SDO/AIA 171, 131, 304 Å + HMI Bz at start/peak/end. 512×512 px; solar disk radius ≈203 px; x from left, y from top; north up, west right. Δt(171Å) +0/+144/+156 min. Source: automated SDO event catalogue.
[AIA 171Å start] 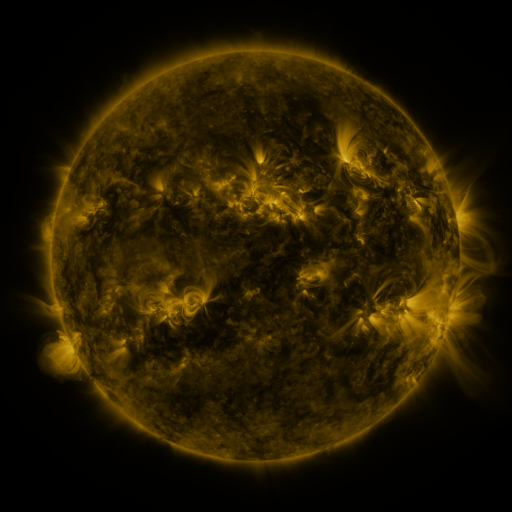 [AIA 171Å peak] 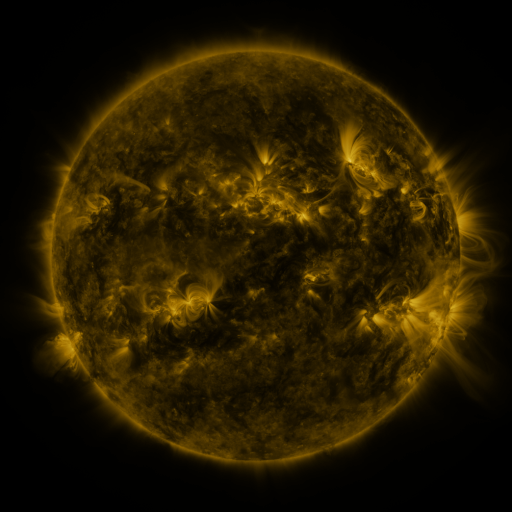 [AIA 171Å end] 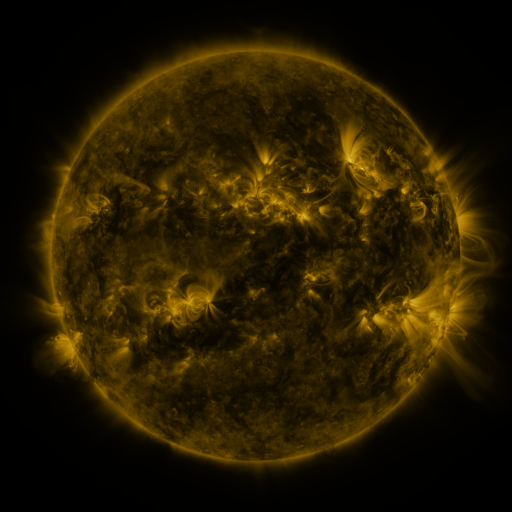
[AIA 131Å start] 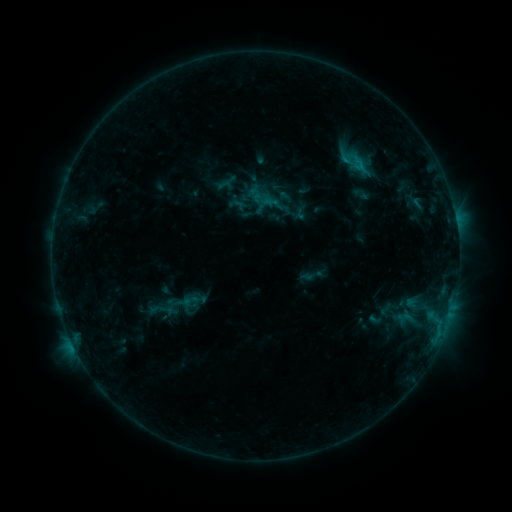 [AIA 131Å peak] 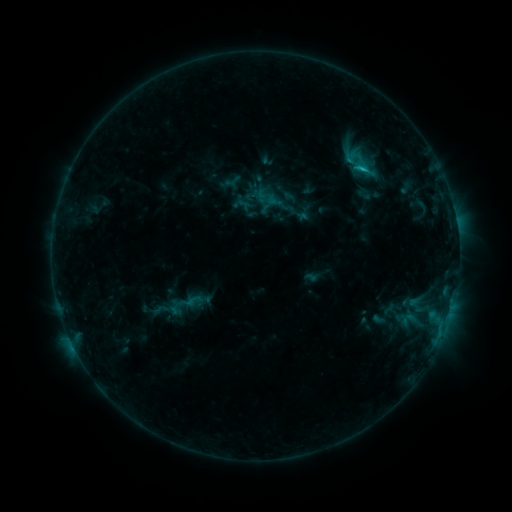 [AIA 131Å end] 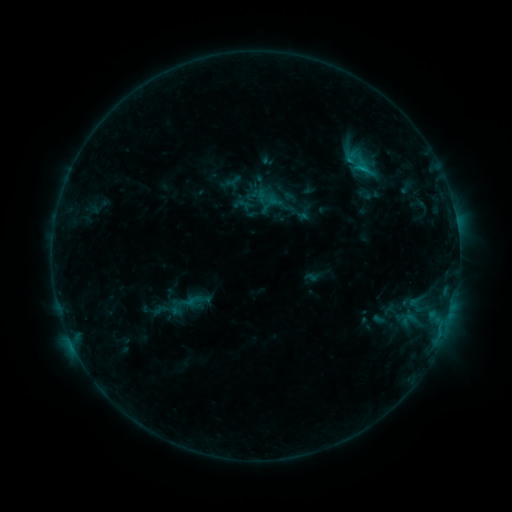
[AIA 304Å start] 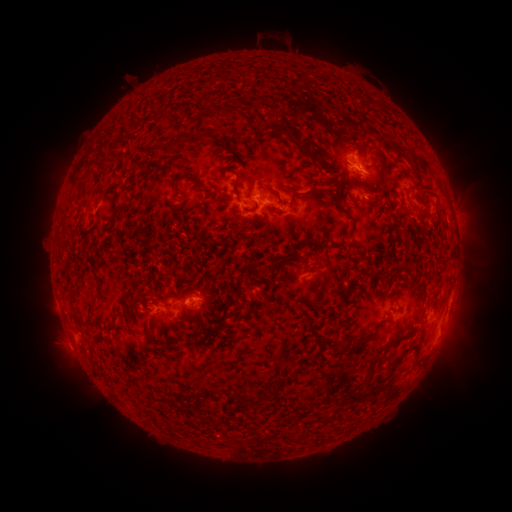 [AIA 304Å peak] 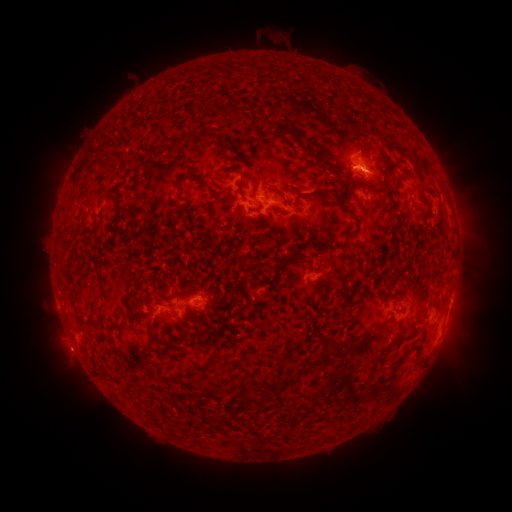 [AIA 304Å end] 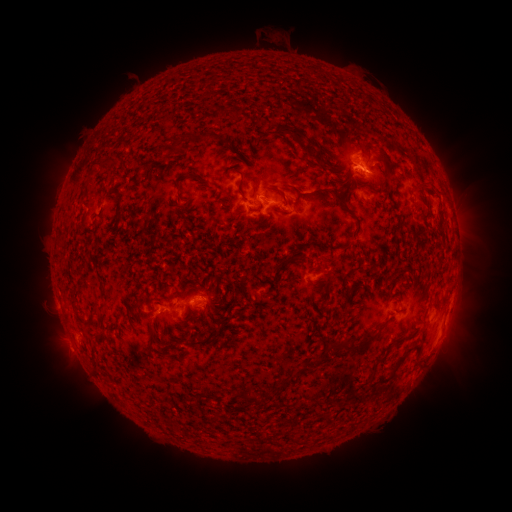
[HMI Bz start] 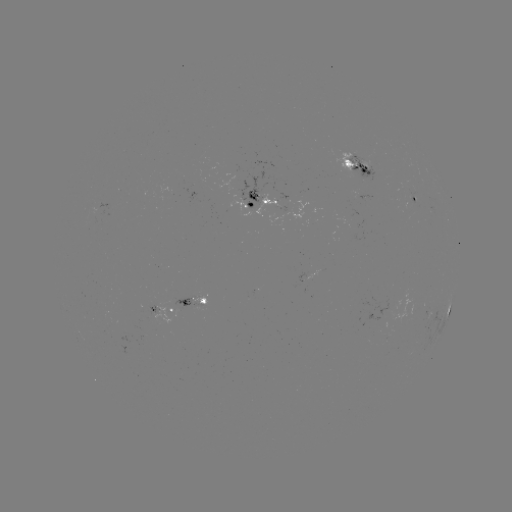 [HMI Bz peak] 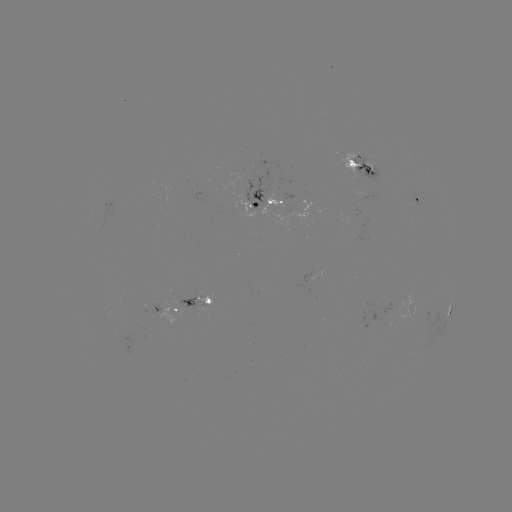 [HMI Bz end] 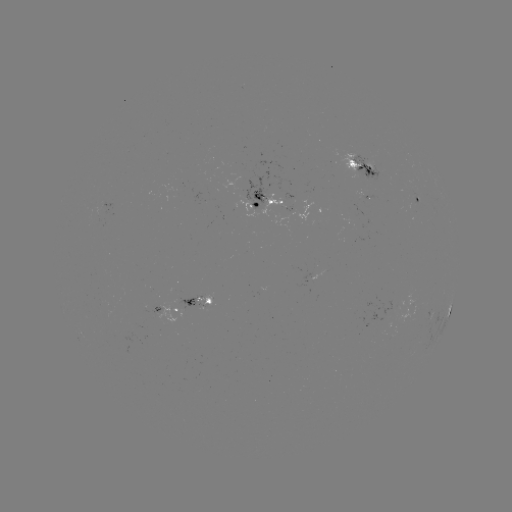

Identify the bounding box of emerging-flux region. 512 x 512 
[344, 152, 386, 184].